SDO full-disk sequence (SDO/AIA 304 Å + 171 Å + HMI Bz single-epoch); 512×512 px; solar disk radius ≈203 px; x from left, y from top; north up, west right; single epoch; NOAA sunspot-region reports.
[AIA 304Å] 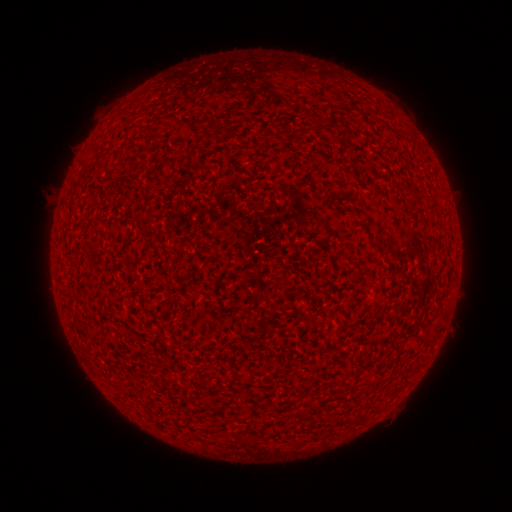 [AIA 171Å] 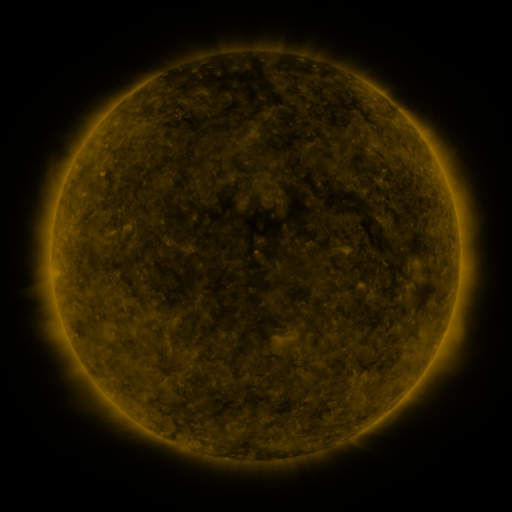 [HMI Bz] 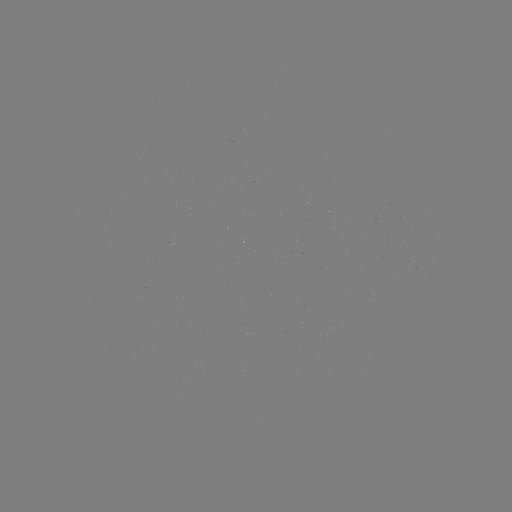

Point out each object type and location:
(none)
